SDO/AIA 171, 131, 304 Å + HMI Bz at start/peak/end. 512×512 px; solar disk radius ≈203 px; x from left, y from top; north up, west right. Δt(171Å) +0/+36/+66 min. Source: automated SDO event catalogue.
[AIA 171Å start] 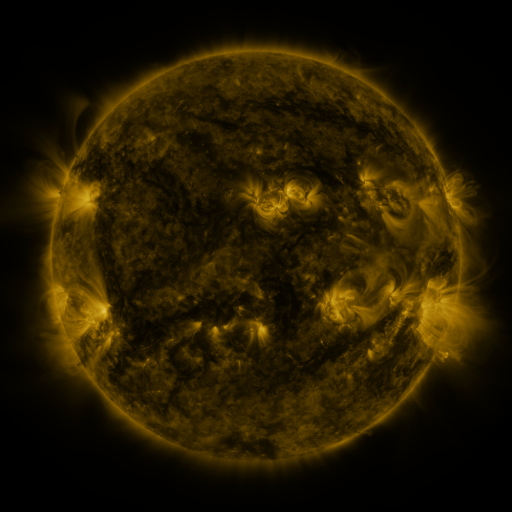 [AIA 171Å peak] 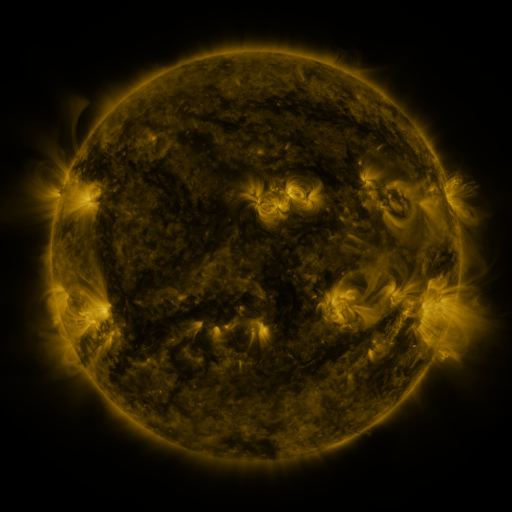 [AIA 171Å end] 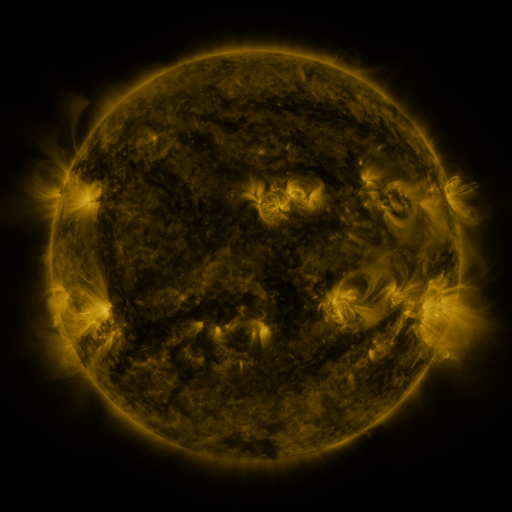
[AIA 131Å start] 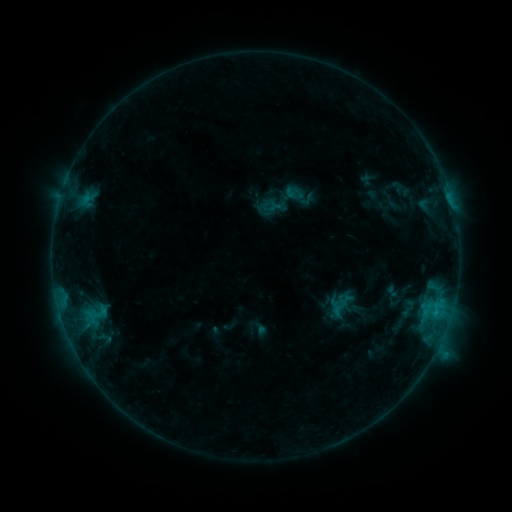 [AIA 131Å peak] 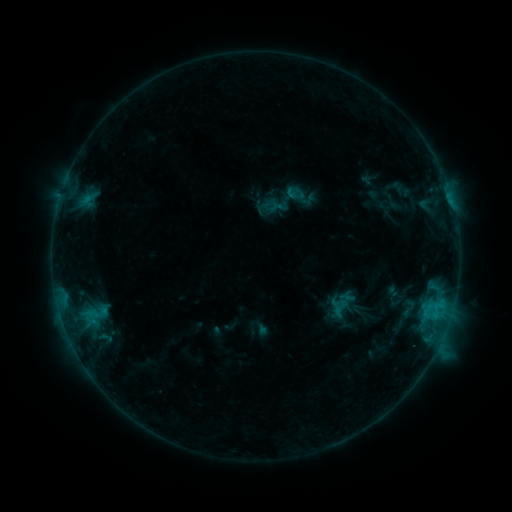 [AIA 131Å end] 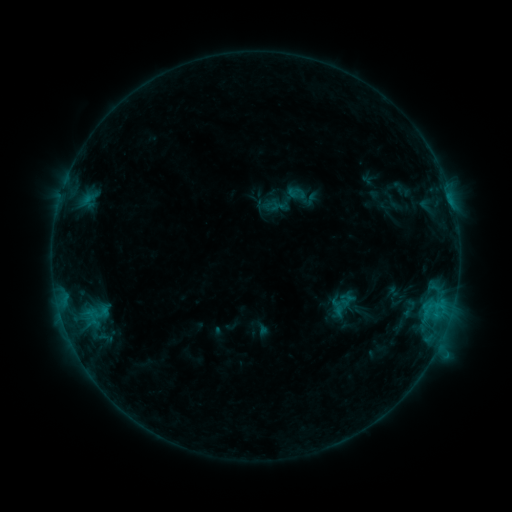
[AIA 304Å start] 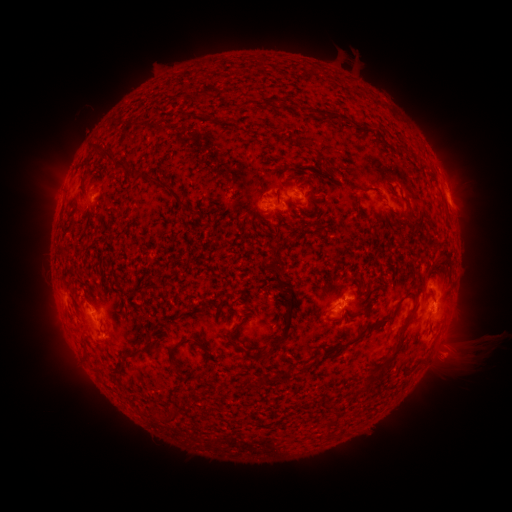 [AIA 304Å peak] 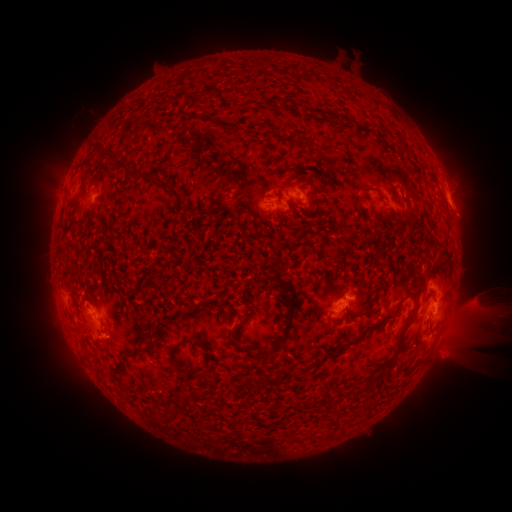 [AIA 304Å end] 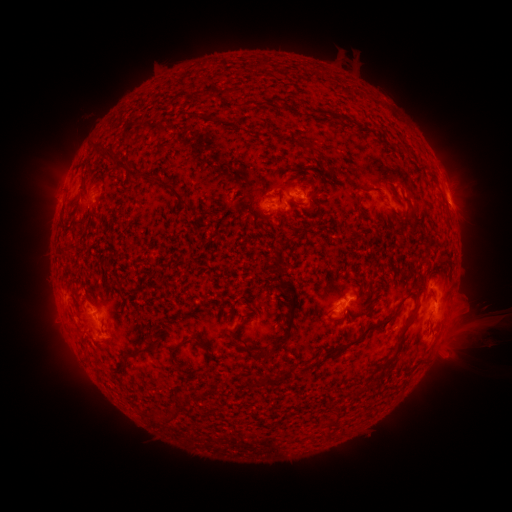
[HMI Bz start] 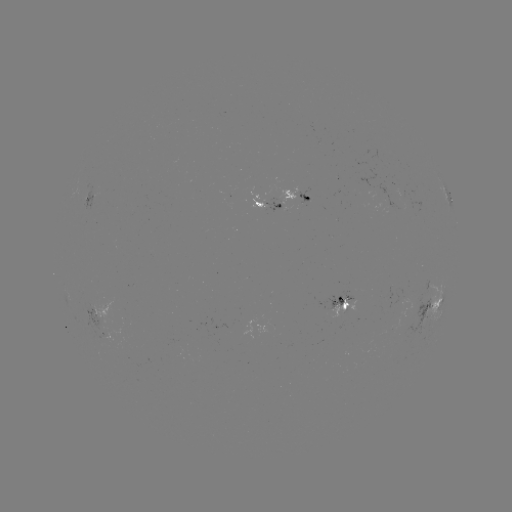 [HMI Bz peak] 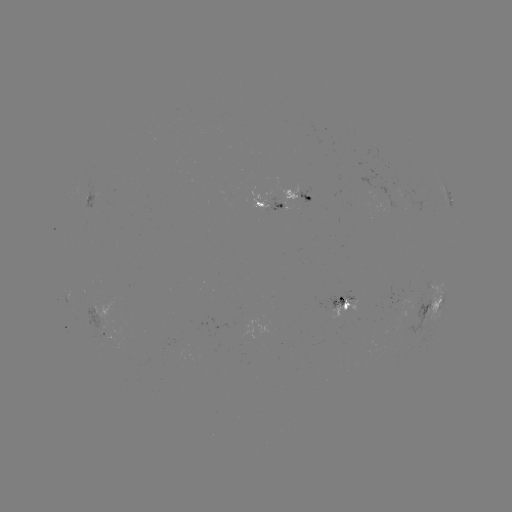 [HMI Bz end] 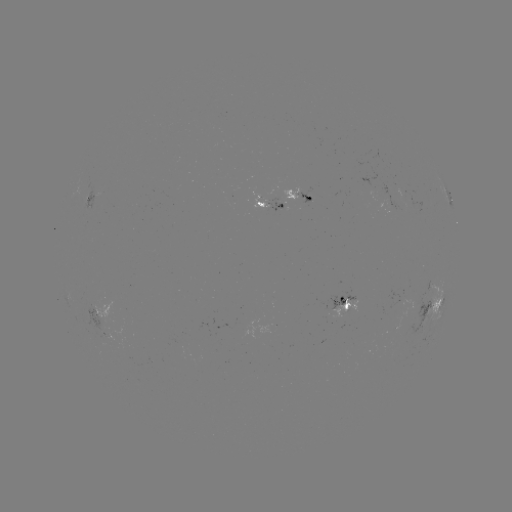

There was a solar eruption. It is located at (481, 310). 